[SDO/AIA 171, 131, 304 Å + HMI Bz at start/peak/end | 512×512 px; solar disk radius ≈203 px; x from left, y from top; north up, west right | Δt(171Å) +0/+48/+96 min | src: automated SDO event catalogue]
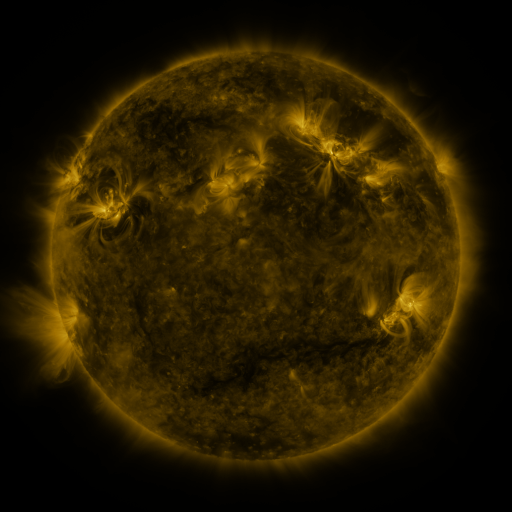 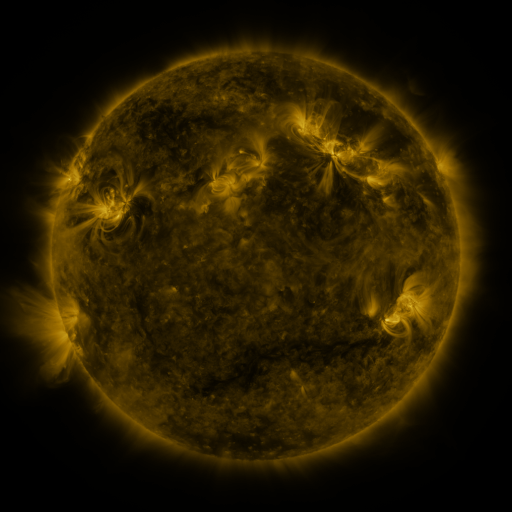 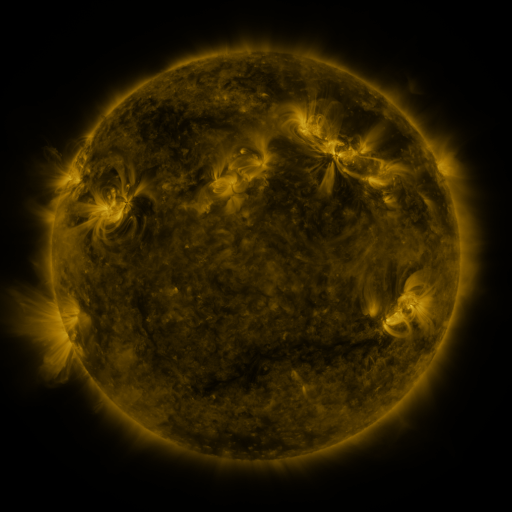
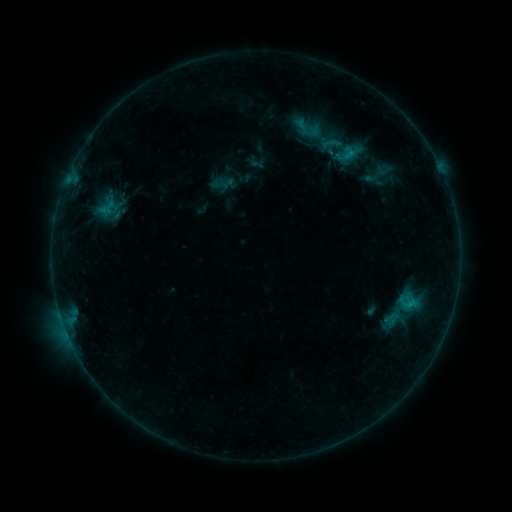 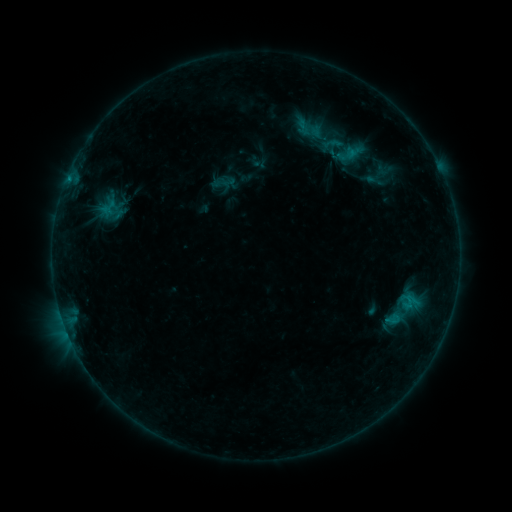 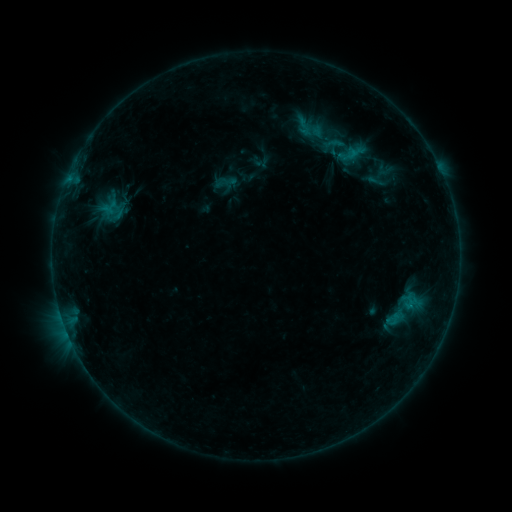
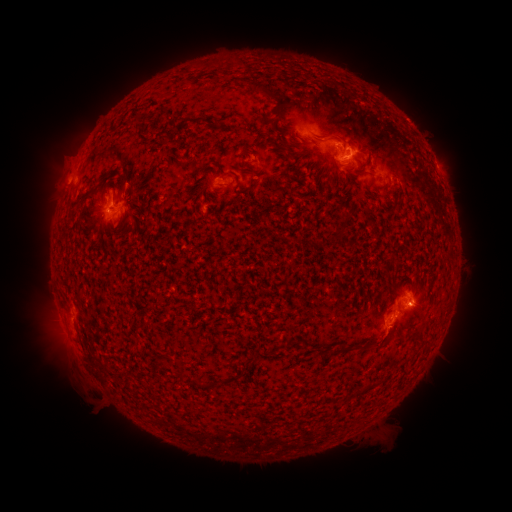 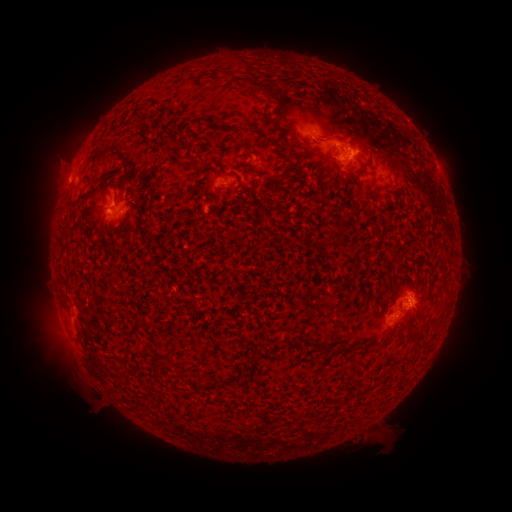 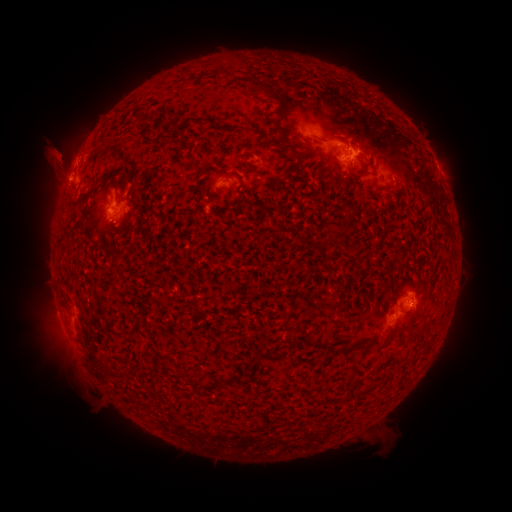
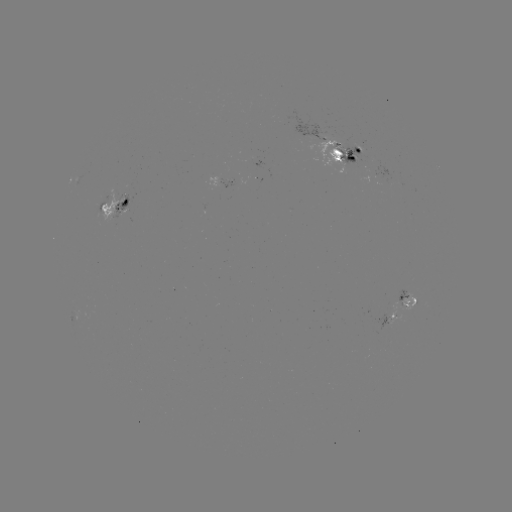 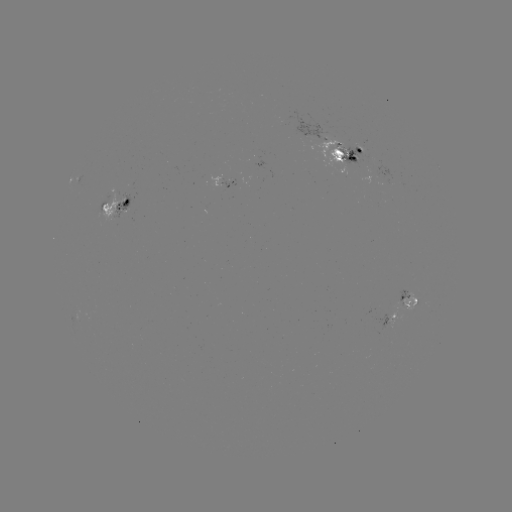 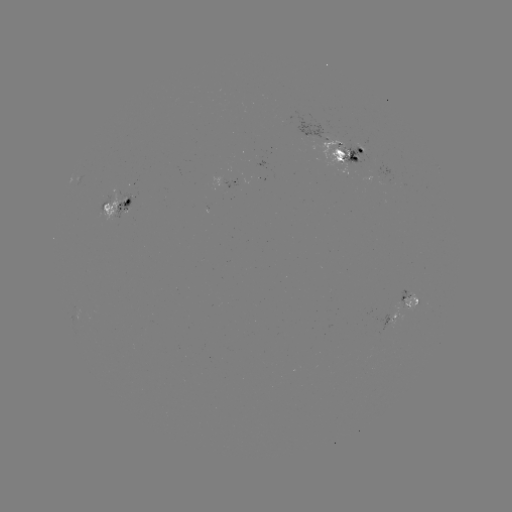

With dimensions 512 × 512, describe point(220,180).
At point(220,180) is emerging-flux region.